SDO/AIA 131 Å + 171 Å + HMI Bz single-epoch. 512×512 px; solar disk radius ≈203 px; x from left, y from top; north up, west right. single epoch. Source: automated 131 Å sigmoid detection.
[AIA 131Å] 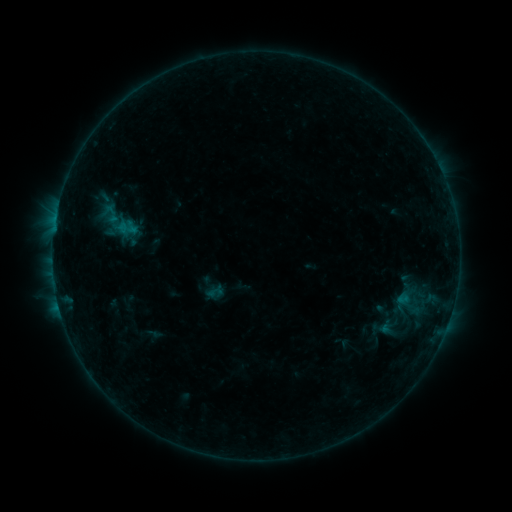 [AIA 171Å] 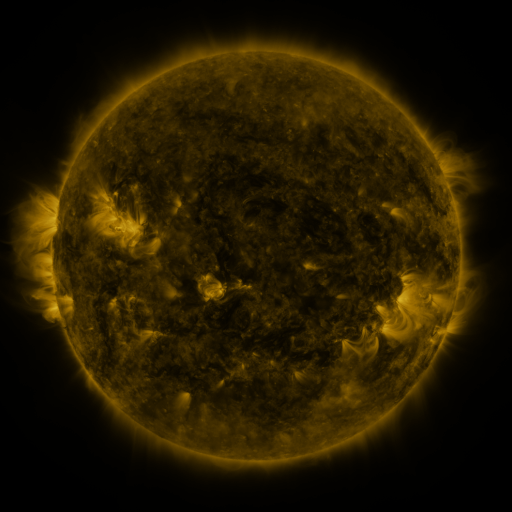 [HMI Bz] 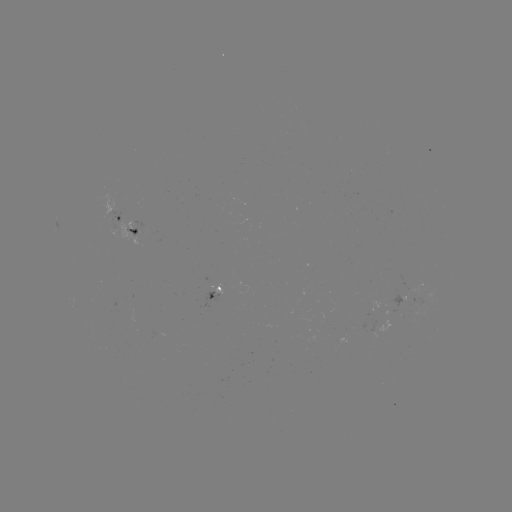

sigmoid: <bbox>94, 195, 142, 247</bbox>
